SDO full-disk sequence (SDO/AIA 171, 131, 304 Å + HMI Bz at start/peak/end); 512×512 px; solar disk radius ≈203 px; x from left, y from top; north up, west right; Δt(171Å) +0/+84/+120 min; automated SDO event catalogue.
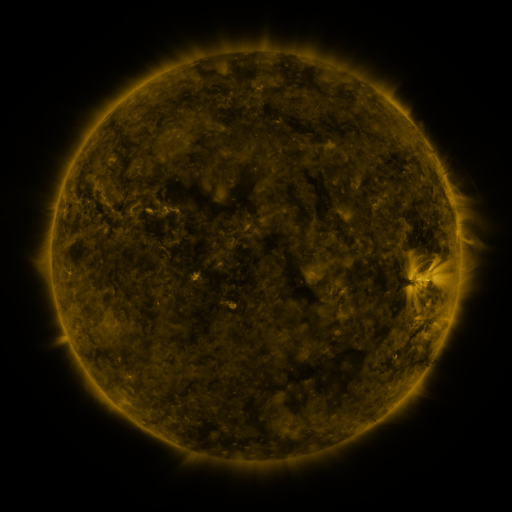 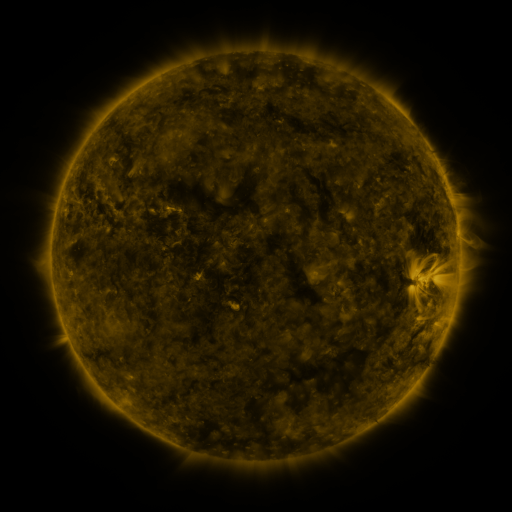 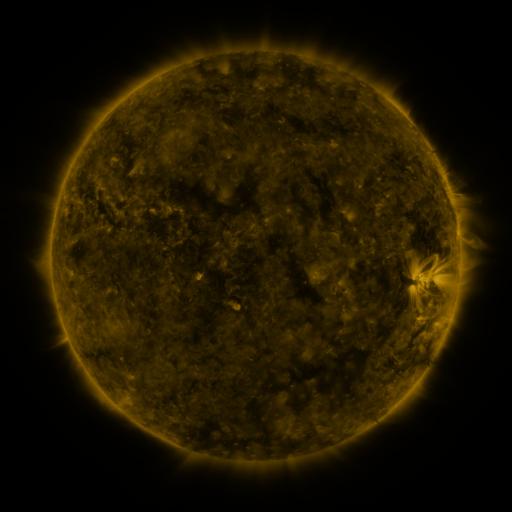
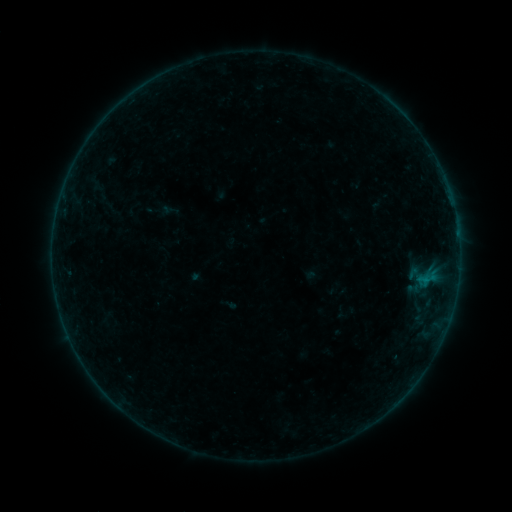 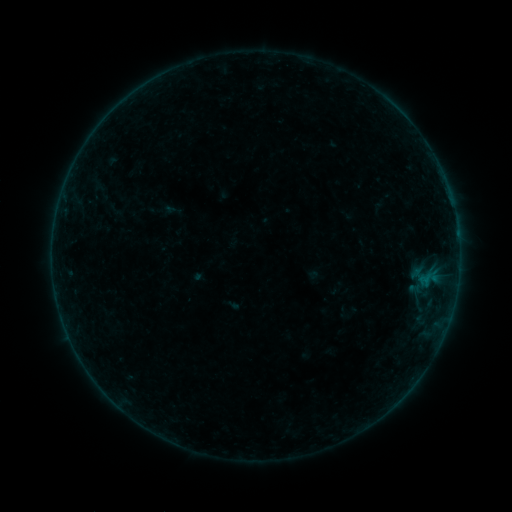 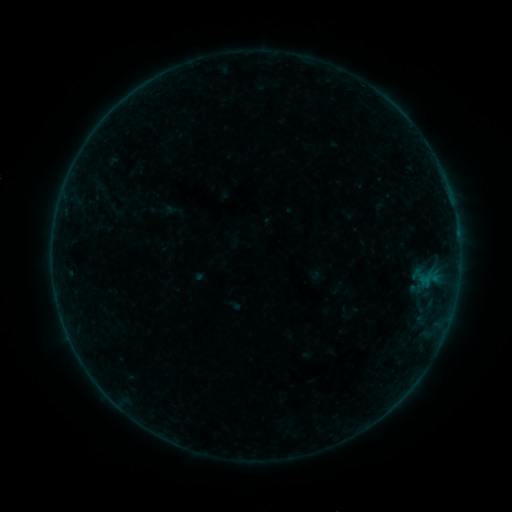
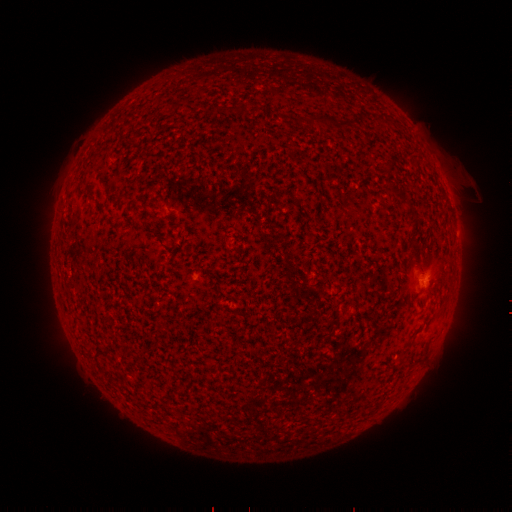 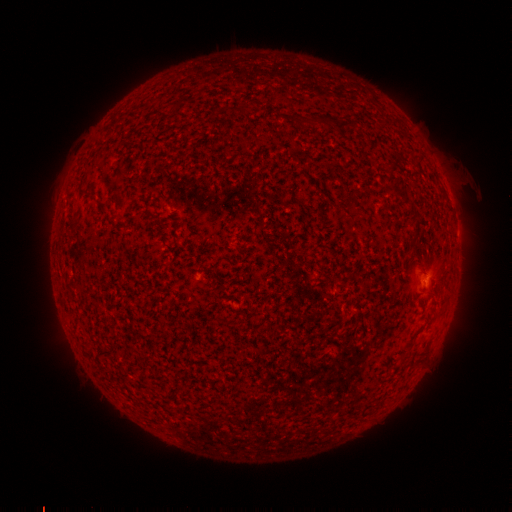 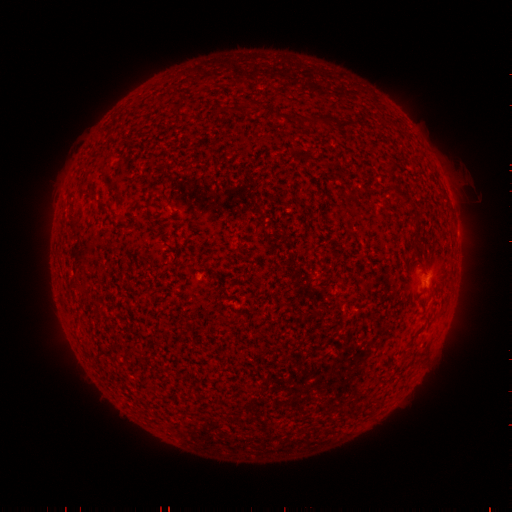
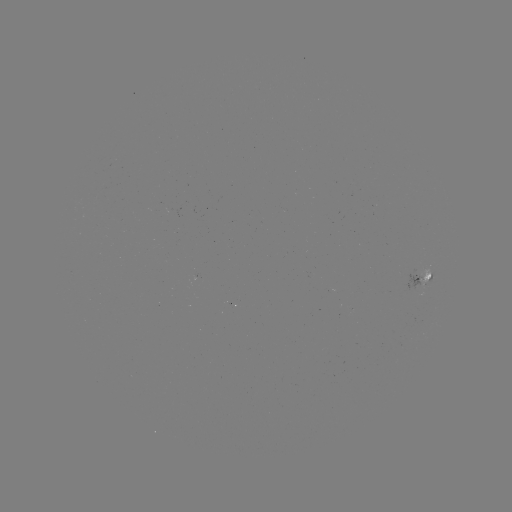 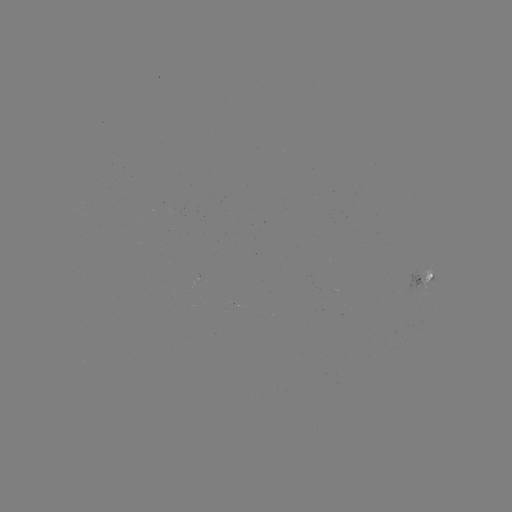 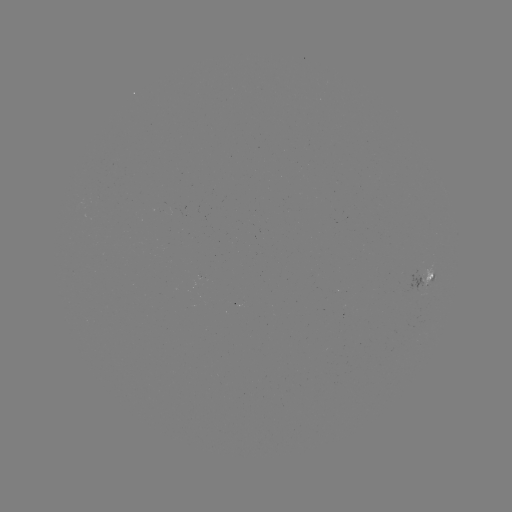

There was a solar emerging-flux region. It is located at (427, 272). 